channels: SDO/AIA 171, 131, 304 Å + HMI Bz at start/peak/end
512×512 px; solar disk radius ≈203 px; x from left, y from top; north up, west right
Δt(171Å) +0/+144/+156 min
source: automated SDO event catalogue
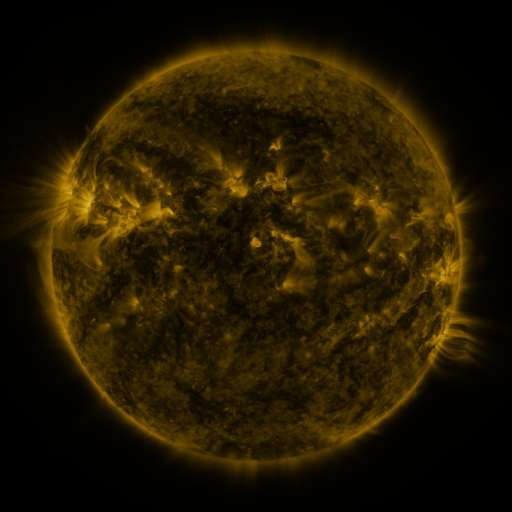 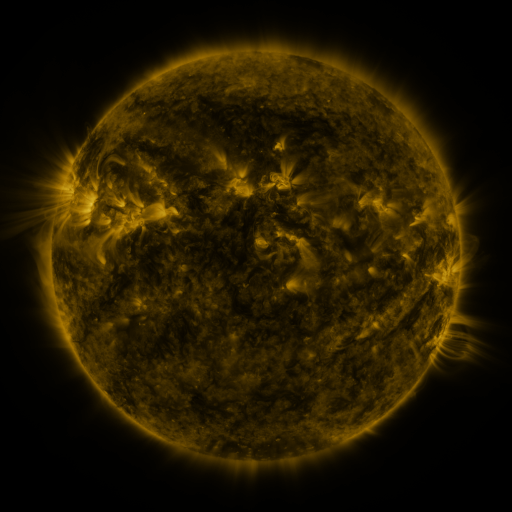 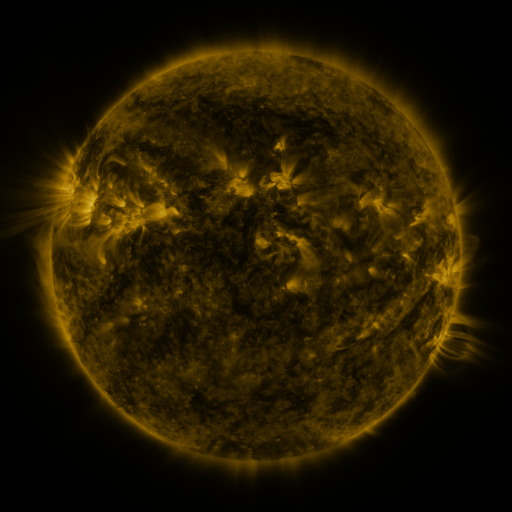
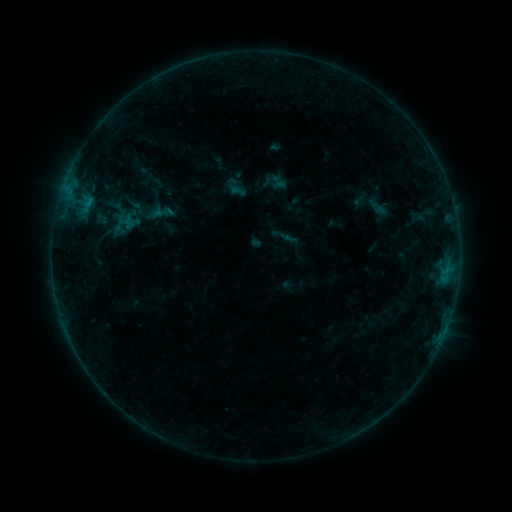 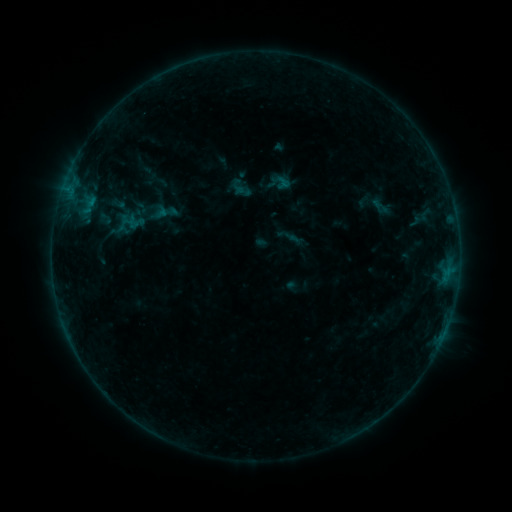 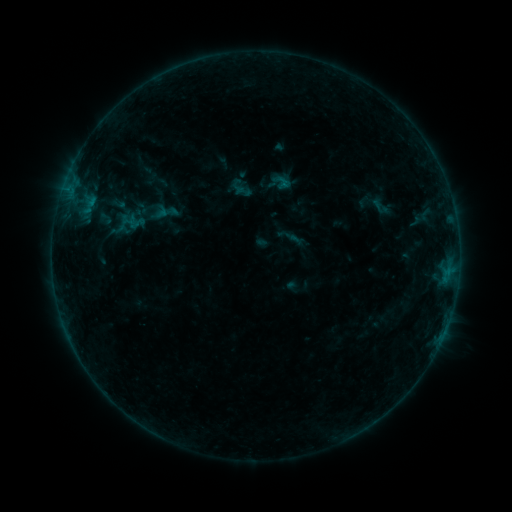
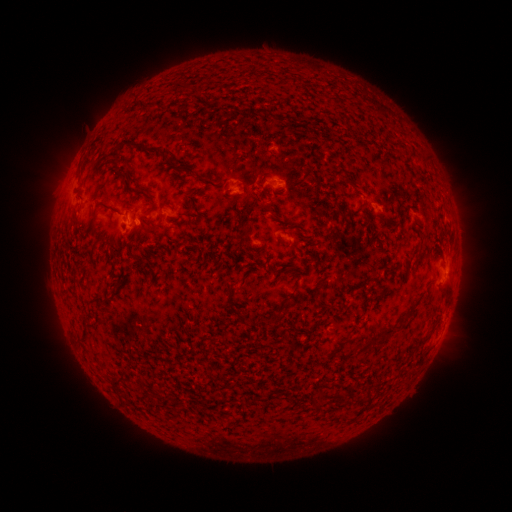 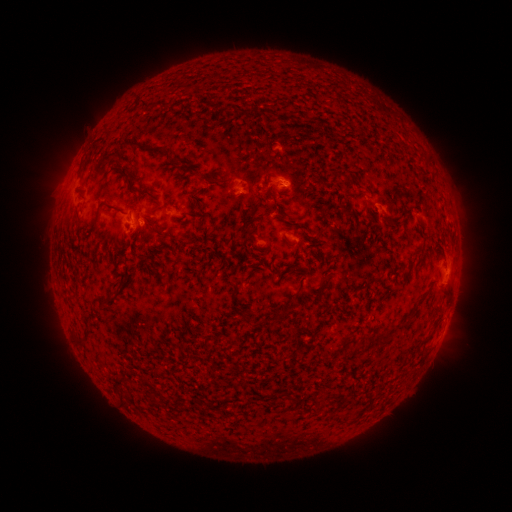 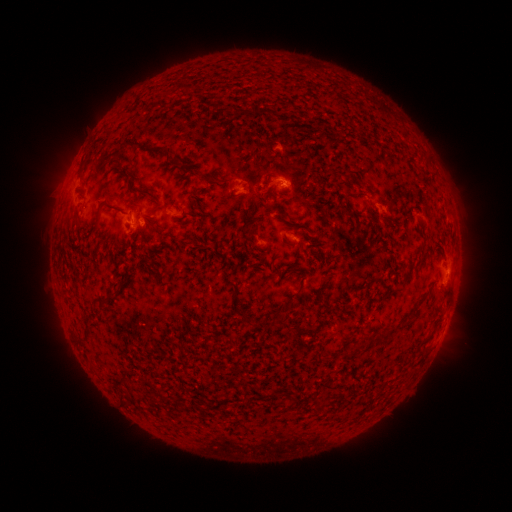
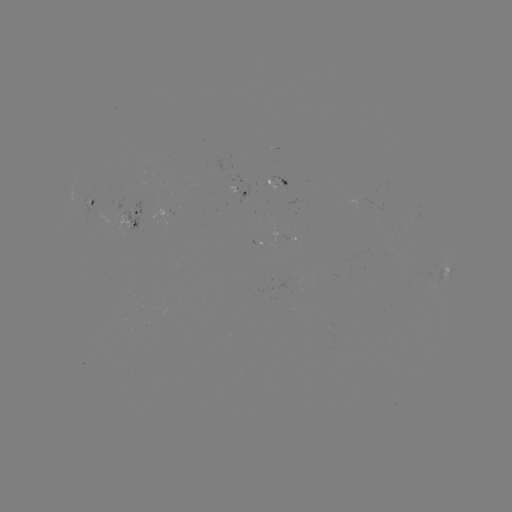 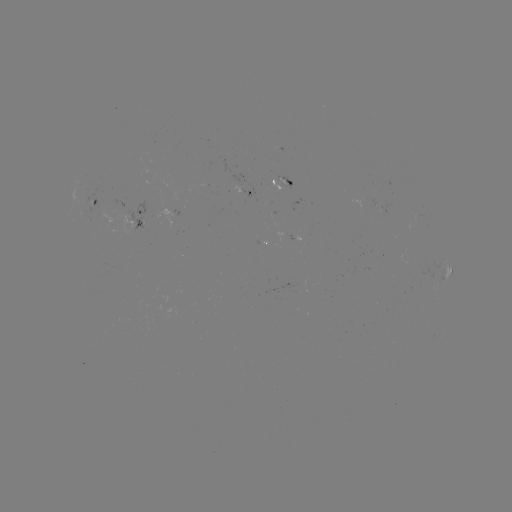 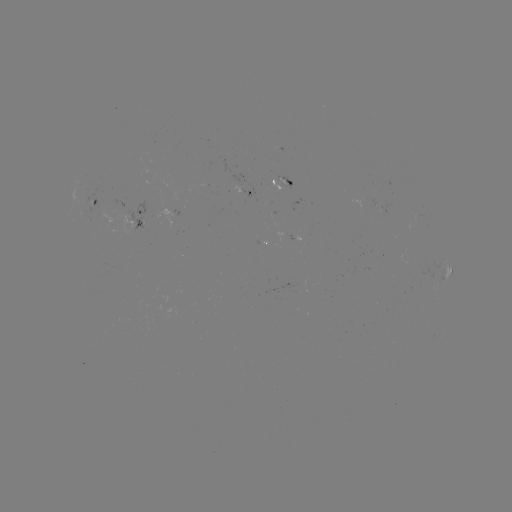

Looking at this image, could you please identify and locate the emerging-flux region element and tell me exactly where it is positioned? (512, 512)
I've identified emerging-flux region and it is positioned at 280,184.